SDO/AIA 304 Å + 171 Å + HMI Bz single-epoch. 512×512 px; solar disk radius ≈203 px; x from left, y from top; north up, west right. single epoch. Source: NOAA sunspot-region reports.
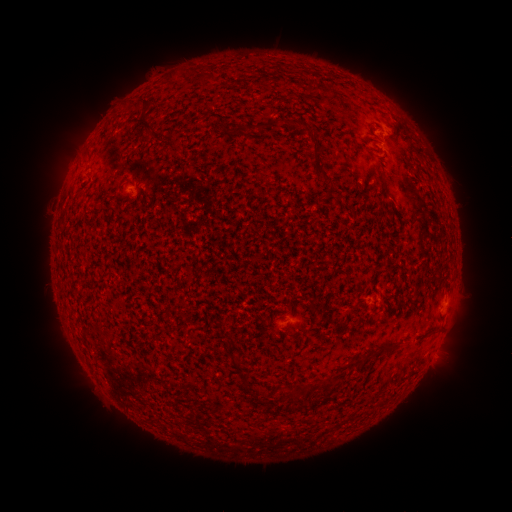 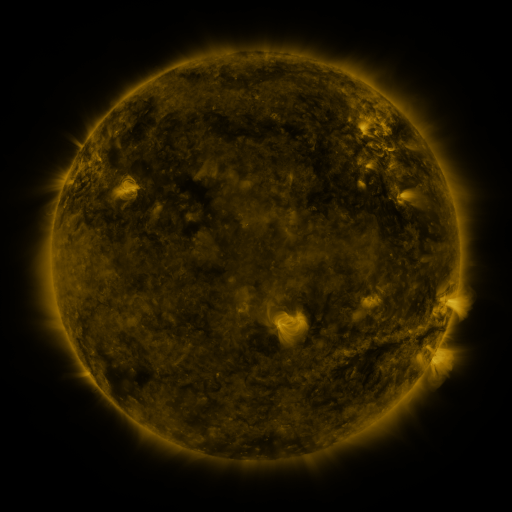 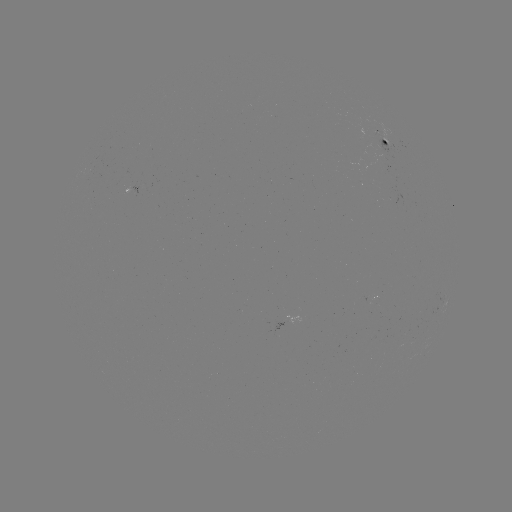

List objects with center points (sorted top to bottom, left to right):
spotted active region: (386, 140)
spotted active region: (131, 192)
spotted active region: (371, 301)
spotted active region: (444, 311)
